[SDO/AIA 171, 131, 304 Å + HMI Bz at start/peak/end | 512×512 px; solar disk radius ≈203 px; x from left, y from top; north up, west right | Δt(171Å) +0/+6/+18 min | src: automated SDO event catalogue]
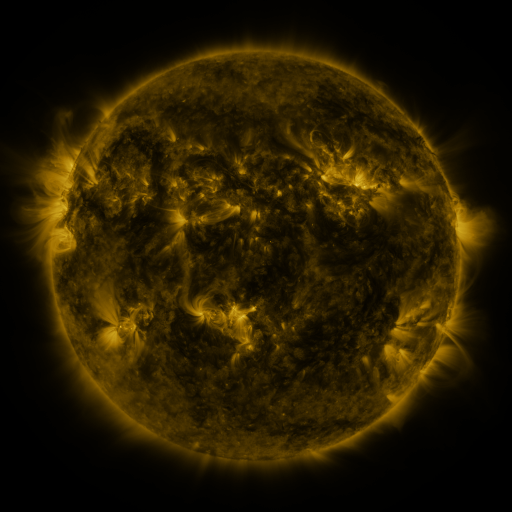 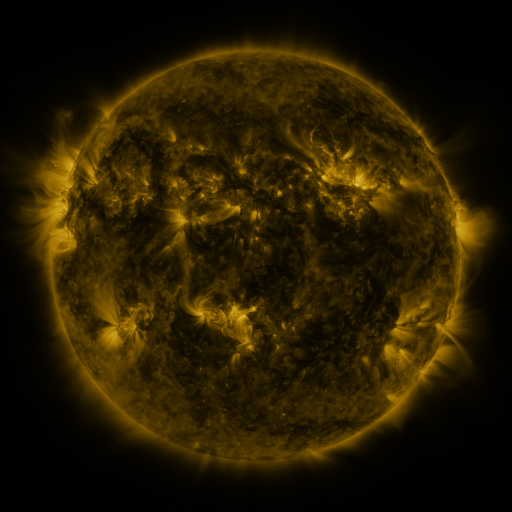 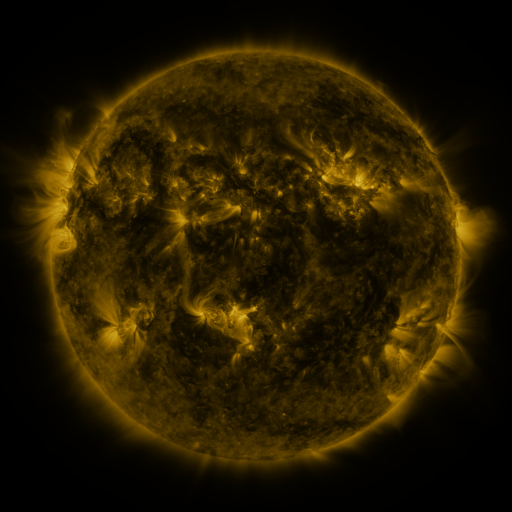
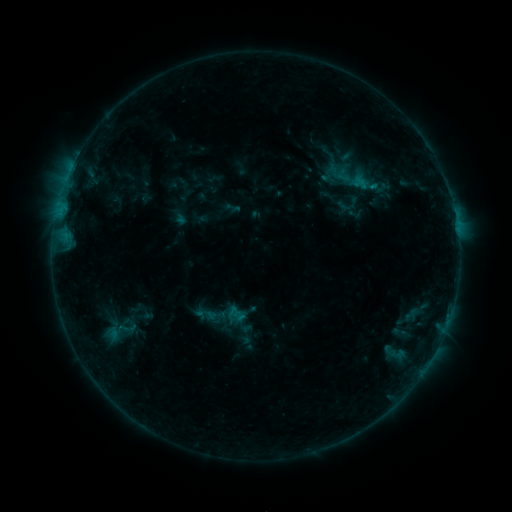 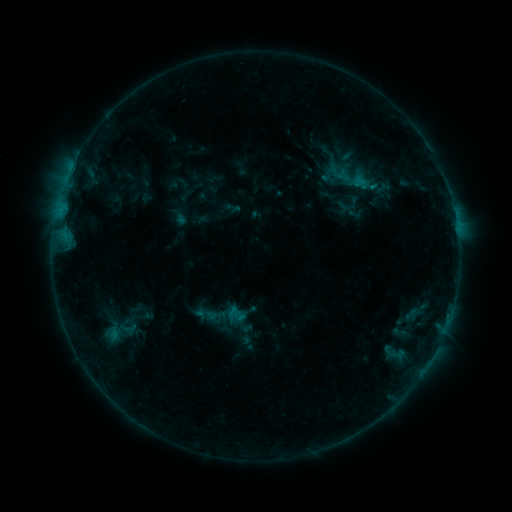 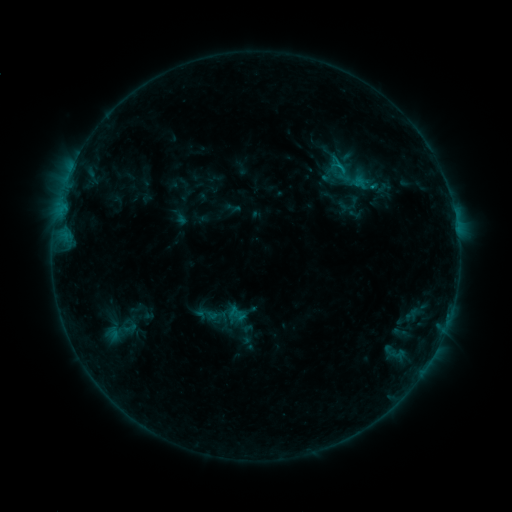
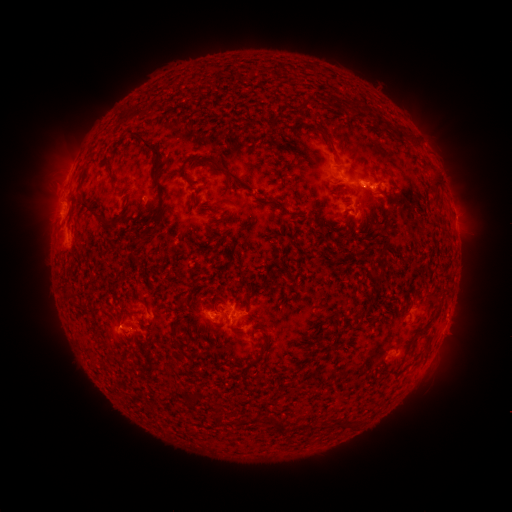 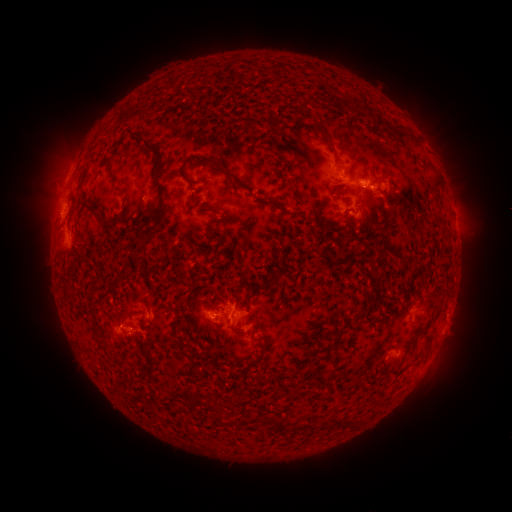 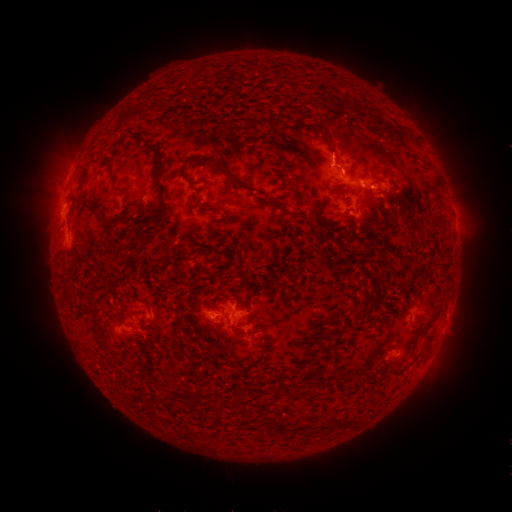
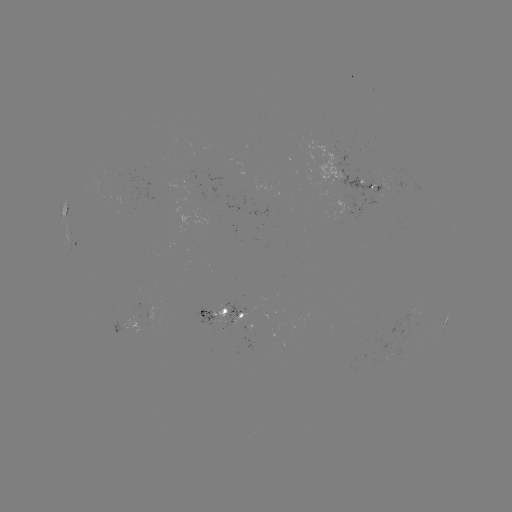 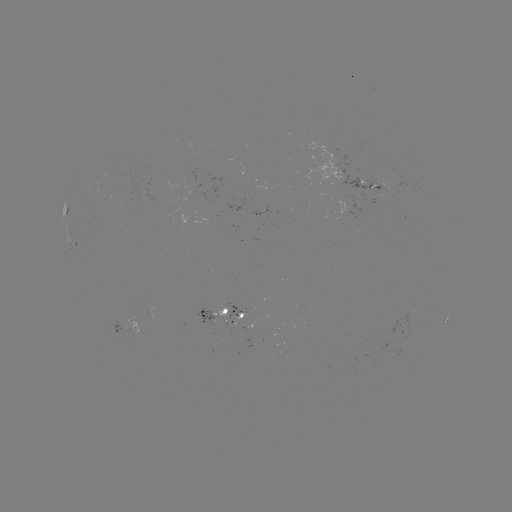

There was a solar flare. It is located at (369, 188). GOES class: B9.0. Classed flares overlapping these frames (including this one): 1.